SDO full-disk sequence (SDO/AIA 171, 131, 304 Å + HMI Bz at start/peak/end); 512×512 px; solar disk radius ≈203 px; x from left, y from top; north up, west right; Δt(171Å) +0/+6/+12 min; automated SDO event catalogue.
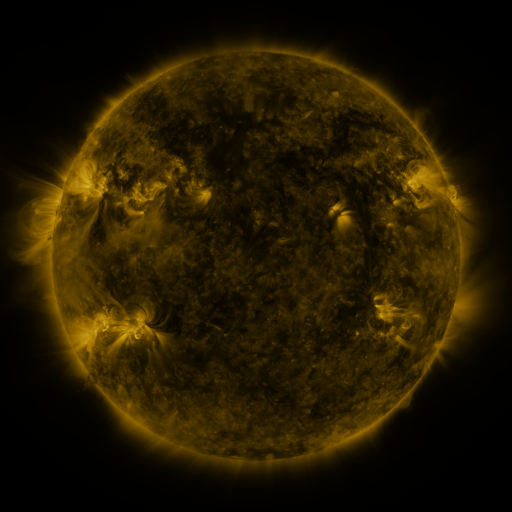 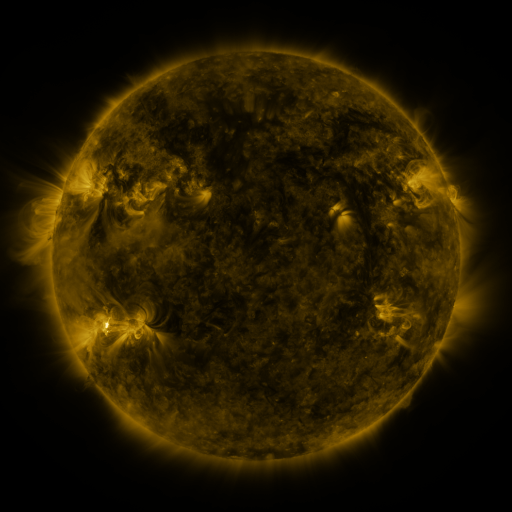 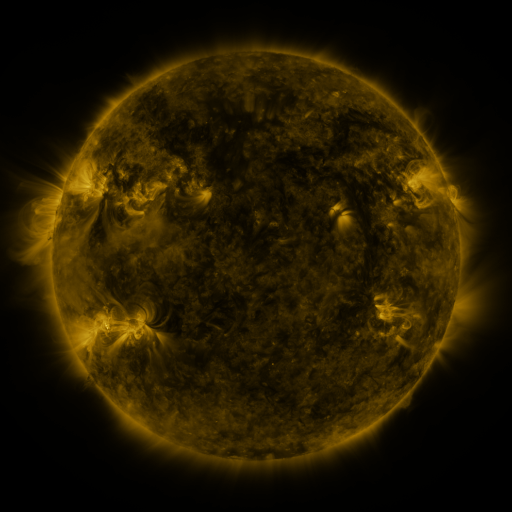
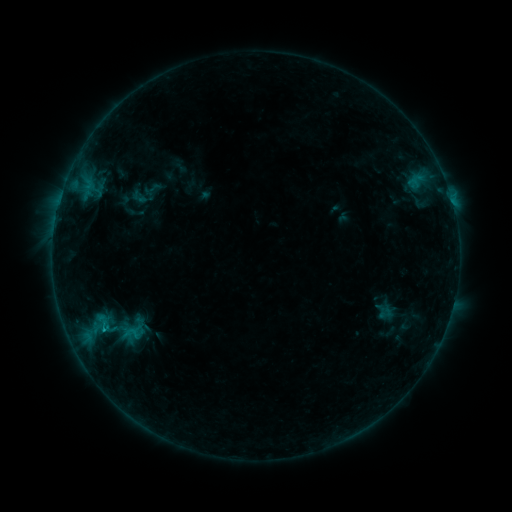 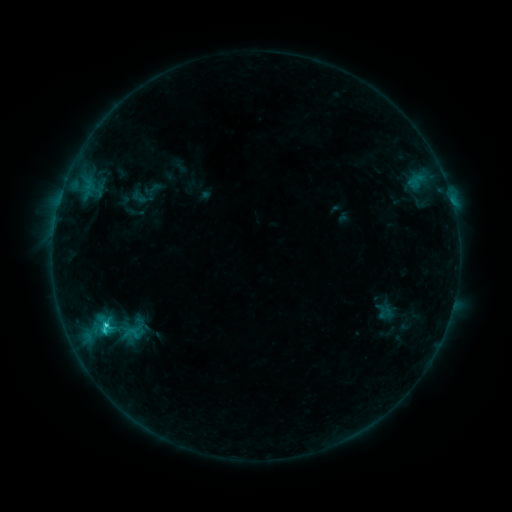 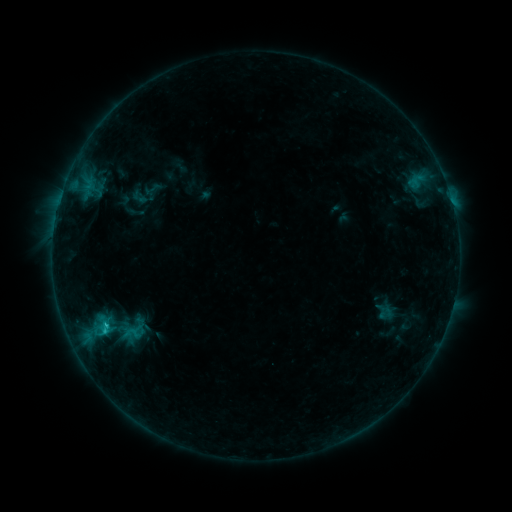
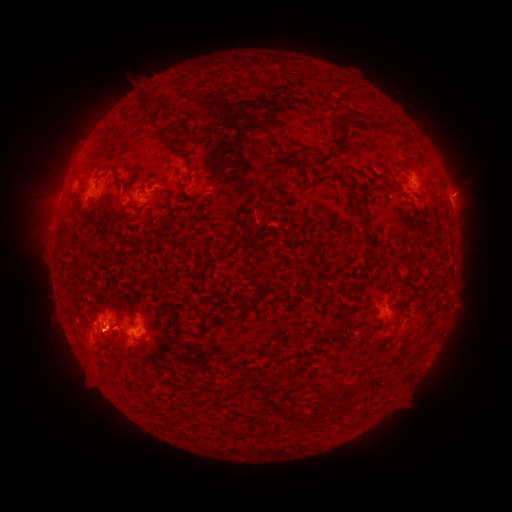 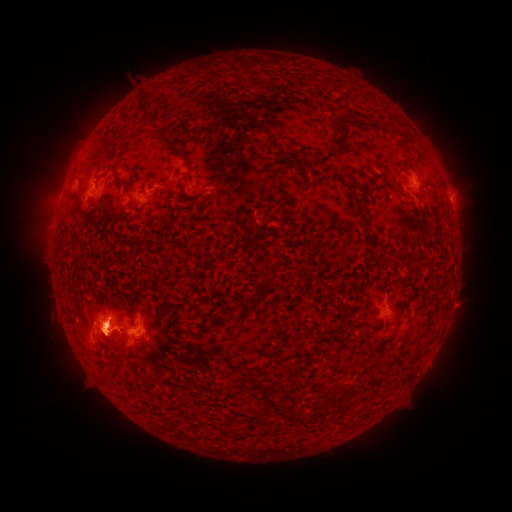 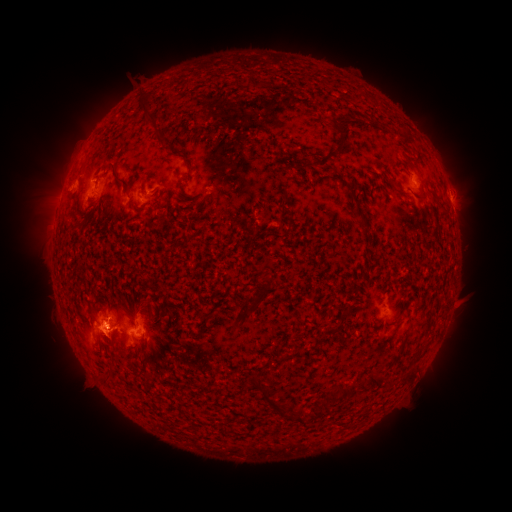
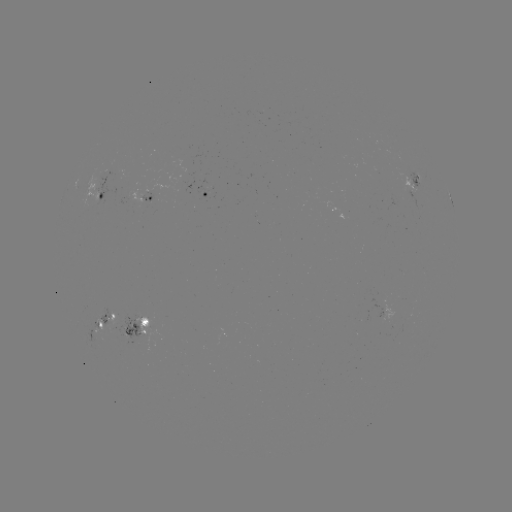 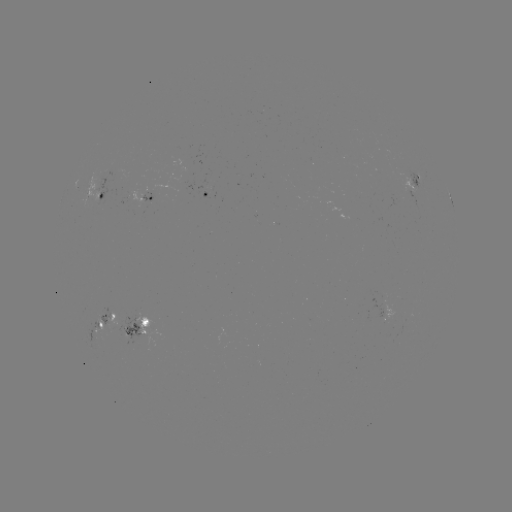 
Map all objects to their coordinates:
C1.8 flare: (105, 323)
